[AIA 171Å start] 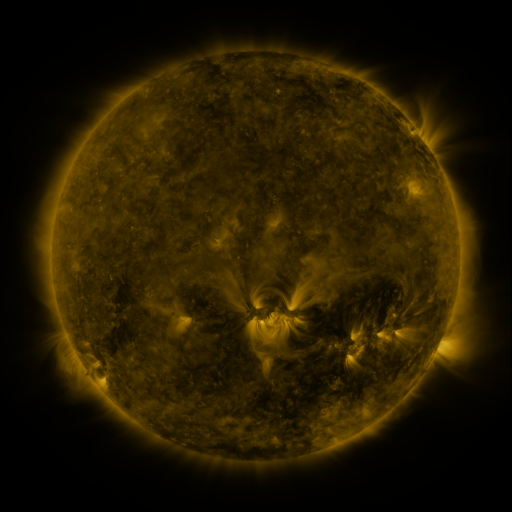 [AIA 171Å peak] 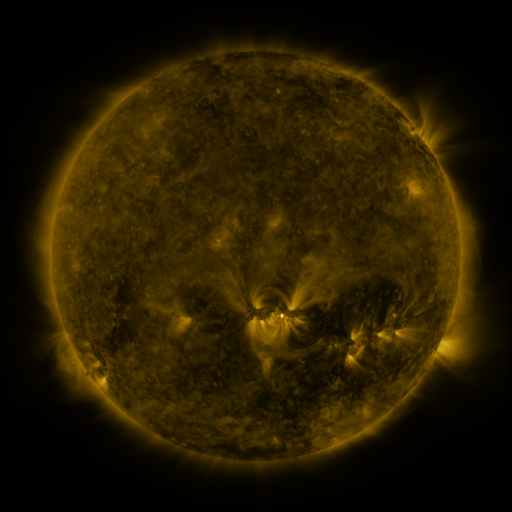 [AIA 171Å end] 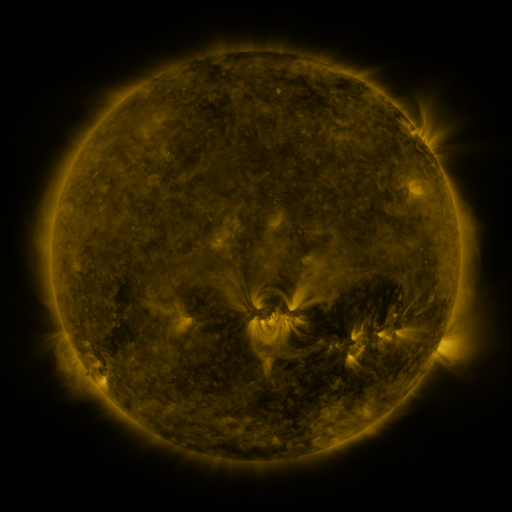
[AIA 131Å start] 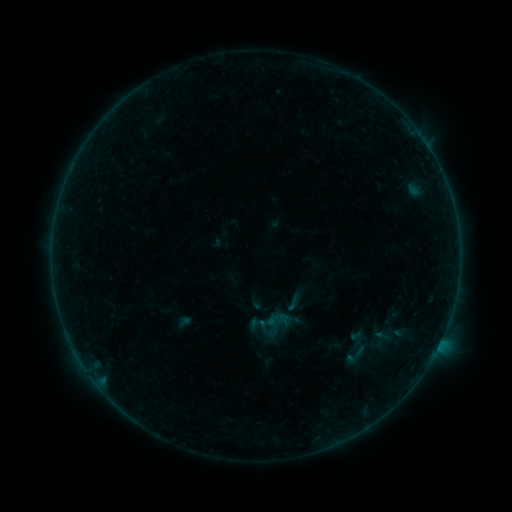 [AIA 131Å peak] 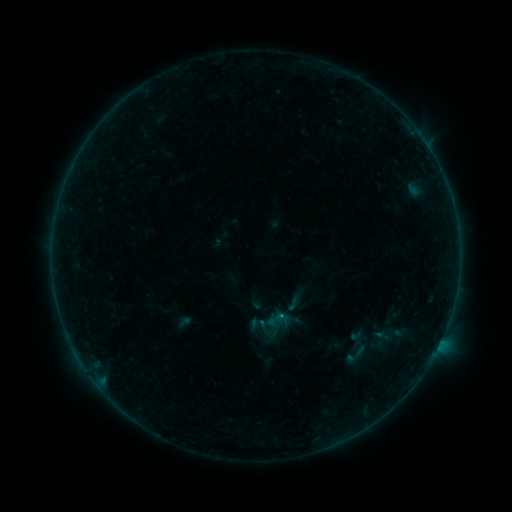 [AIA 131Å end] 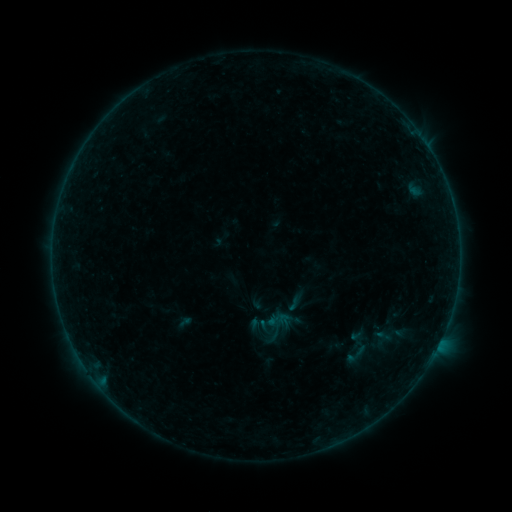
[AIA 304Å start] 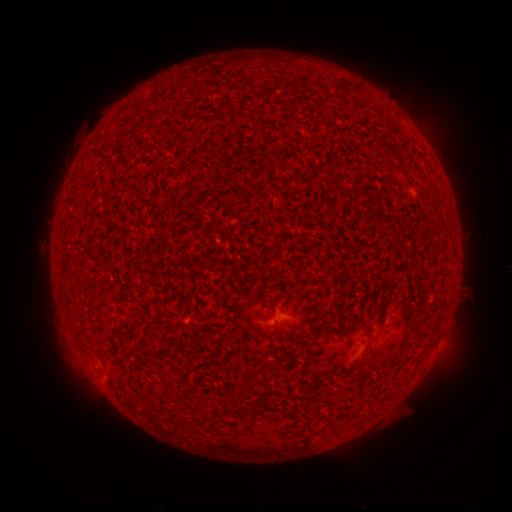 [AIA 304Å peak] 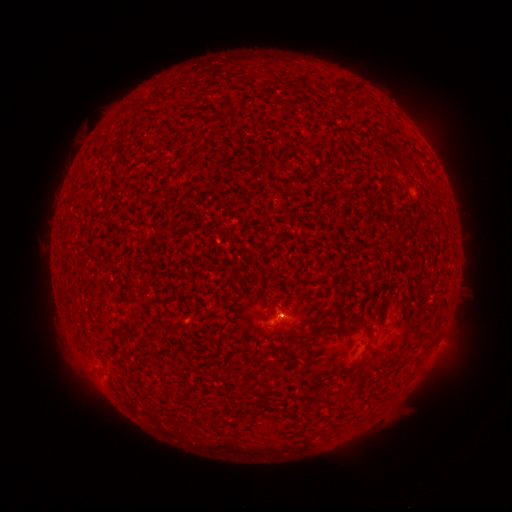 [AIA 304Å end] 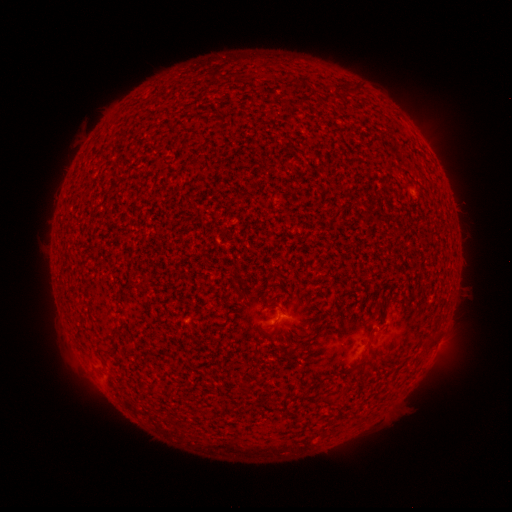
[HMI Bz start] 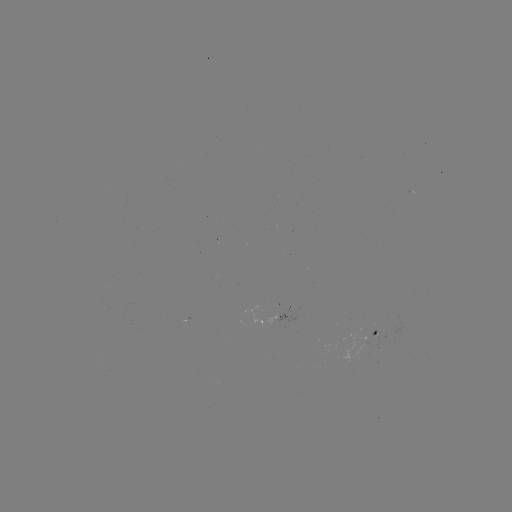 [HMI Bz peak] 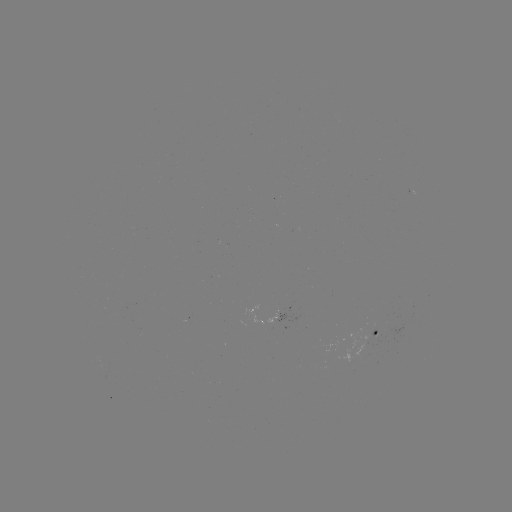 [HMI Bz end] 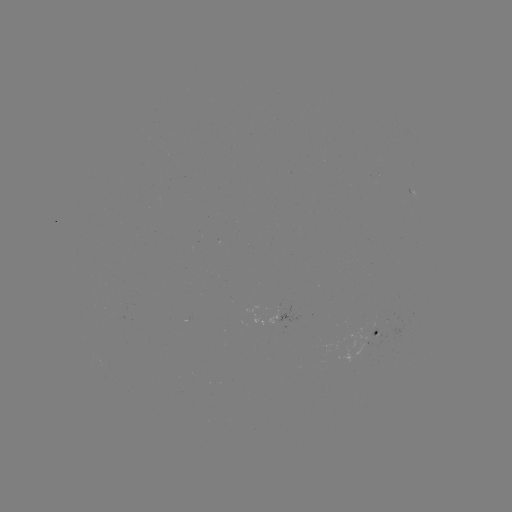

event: flare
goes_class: A7.5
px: (279, 314)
